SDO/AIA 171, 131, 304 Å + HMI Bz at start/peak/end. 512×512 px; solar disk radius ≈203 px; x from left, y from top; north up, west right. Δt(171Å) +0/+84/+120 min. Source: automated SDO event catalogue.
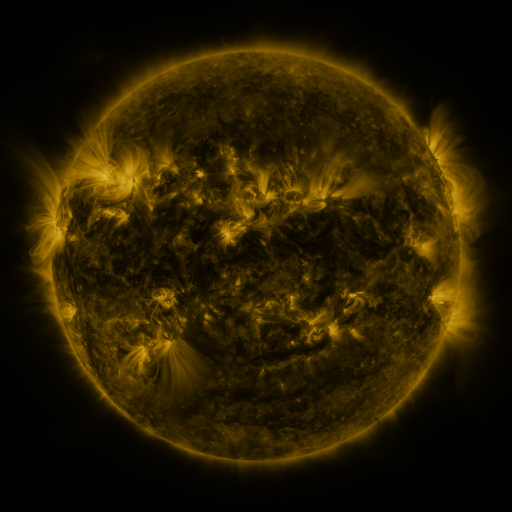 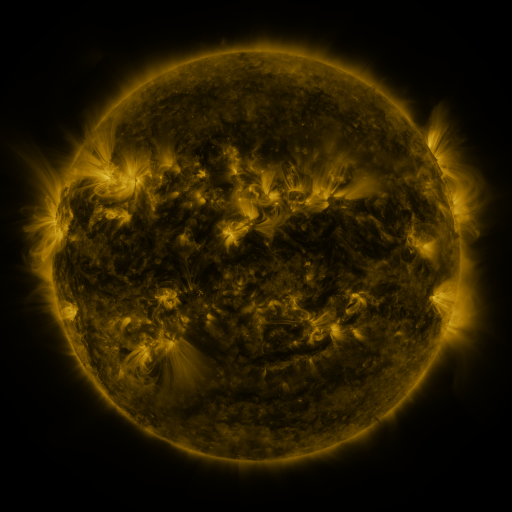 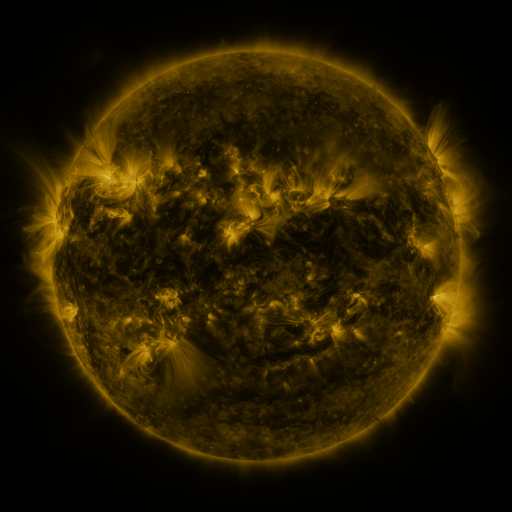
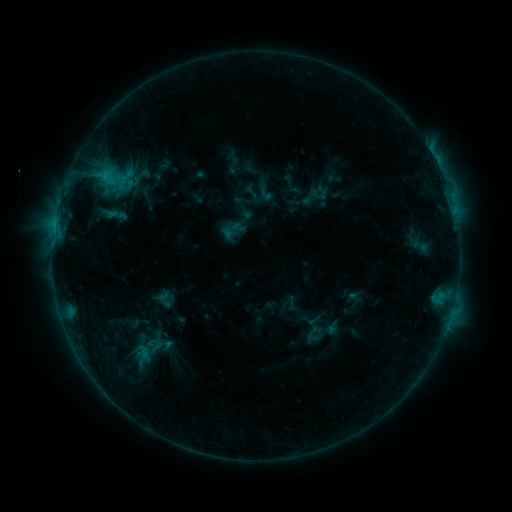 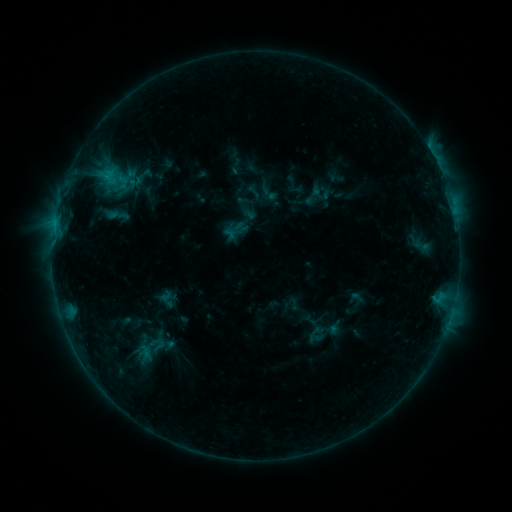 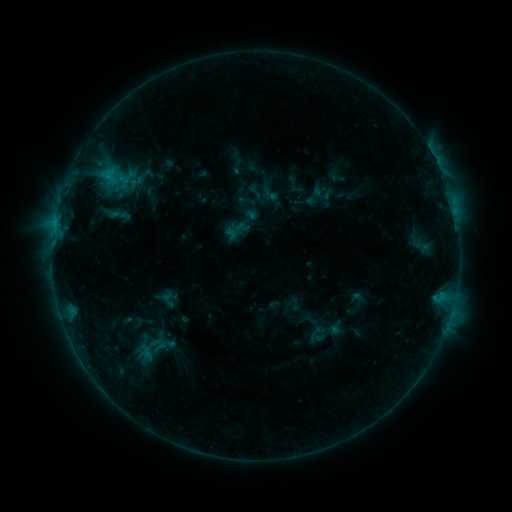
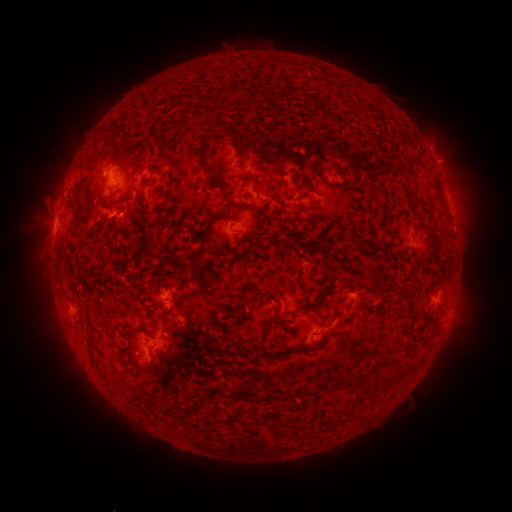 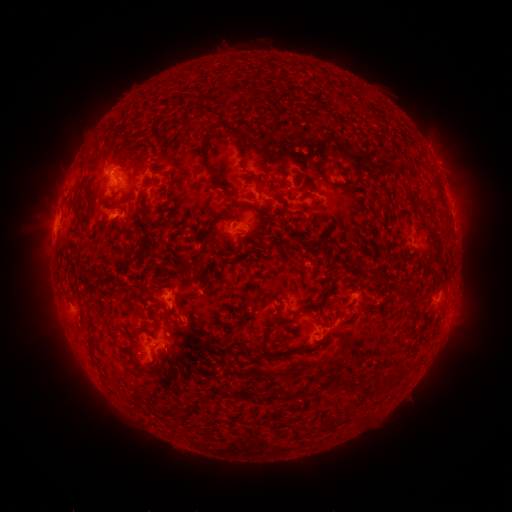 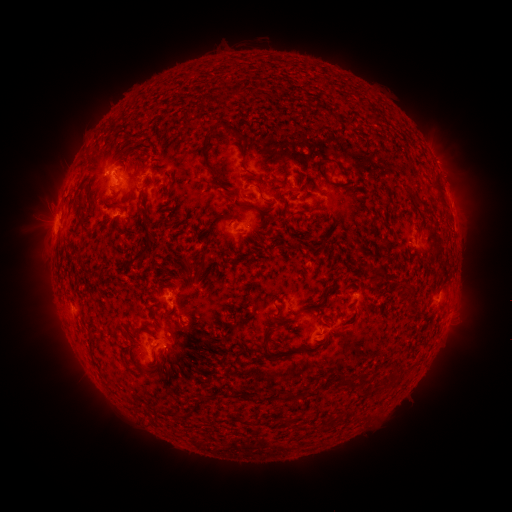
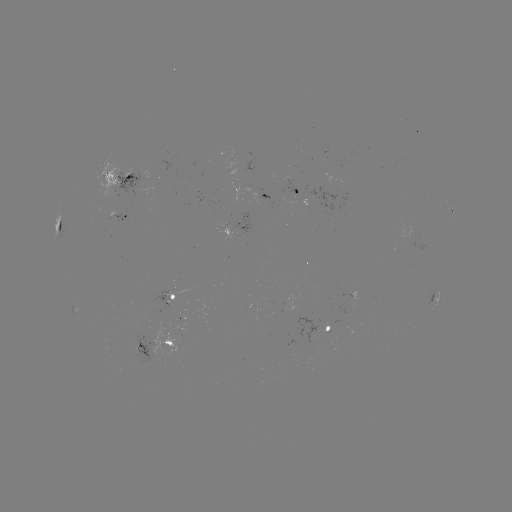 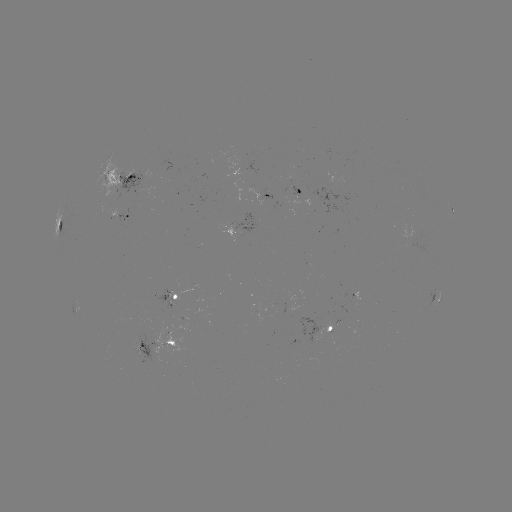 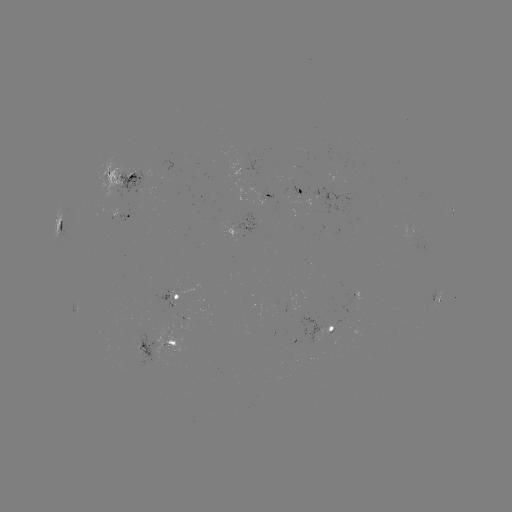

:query emerging-flux region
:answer [303, 318]